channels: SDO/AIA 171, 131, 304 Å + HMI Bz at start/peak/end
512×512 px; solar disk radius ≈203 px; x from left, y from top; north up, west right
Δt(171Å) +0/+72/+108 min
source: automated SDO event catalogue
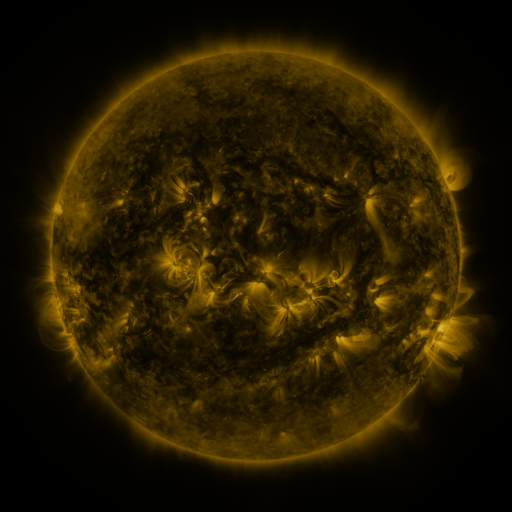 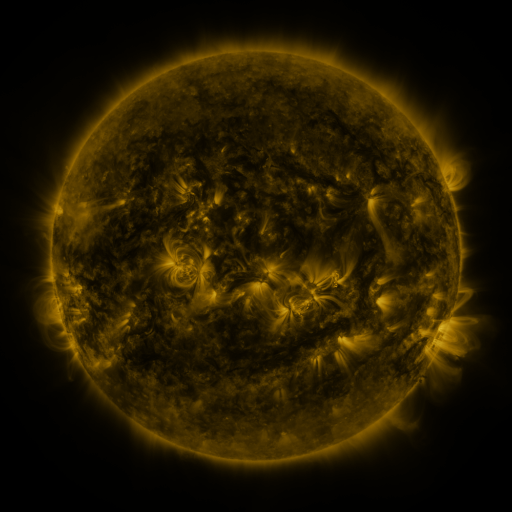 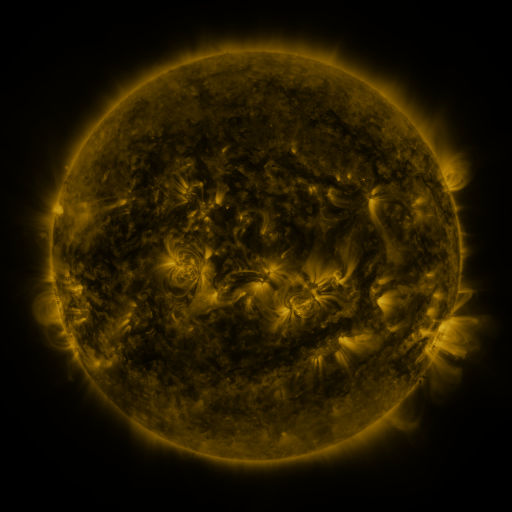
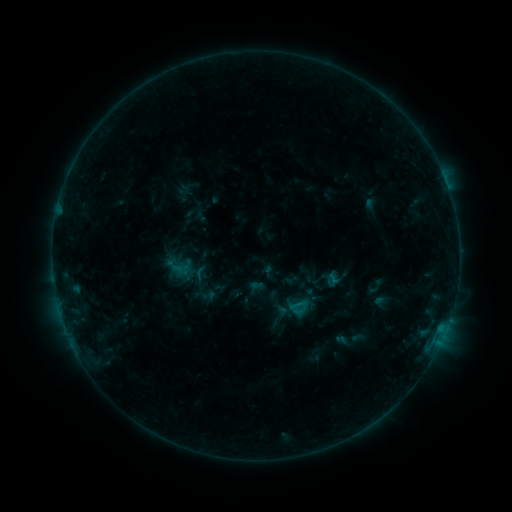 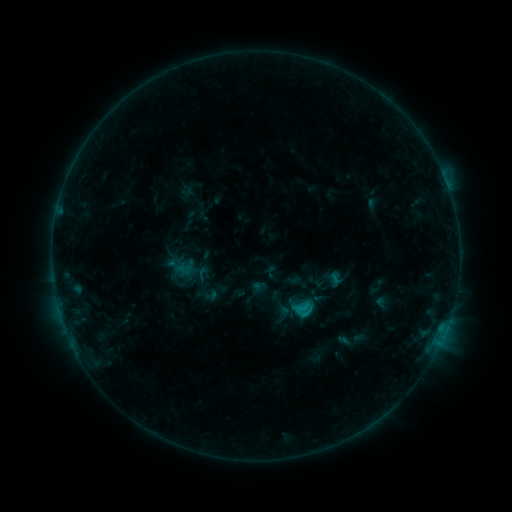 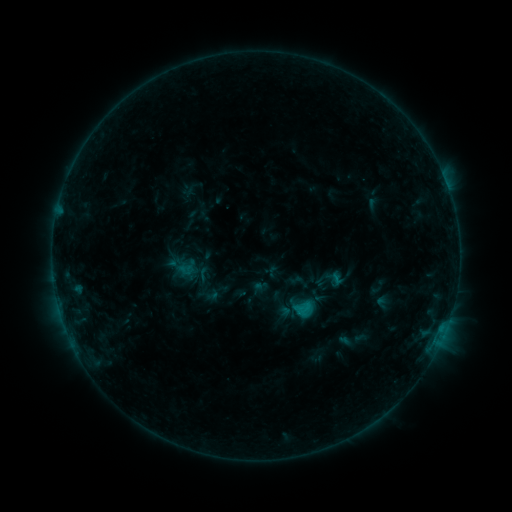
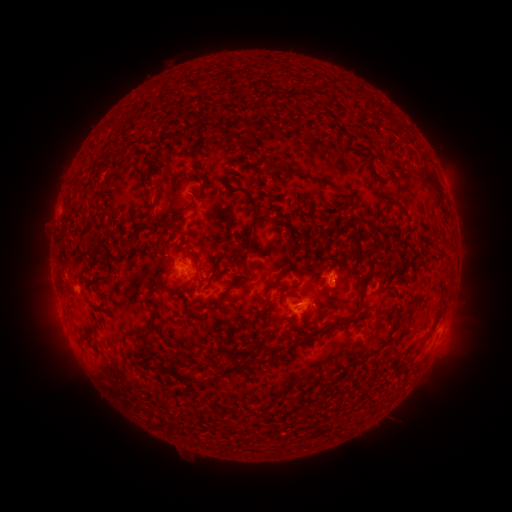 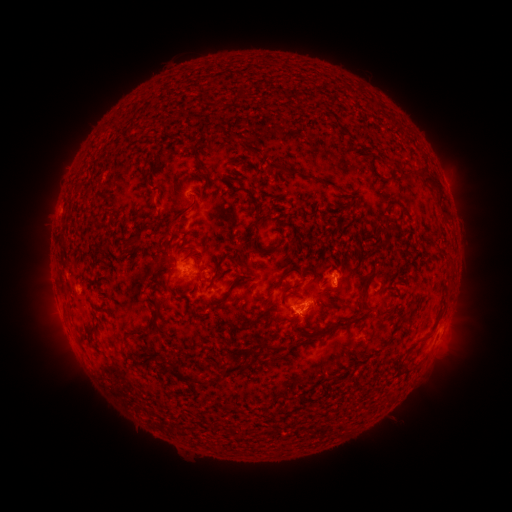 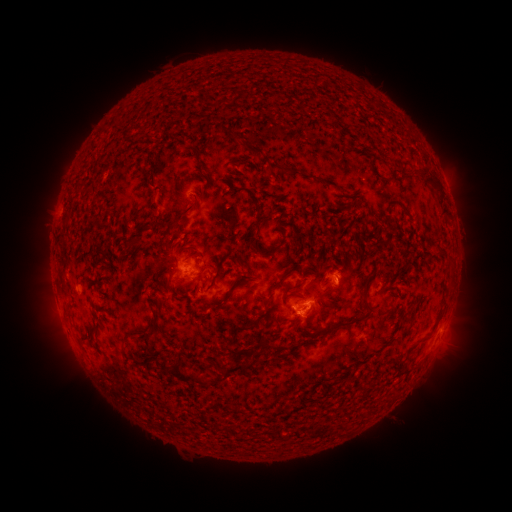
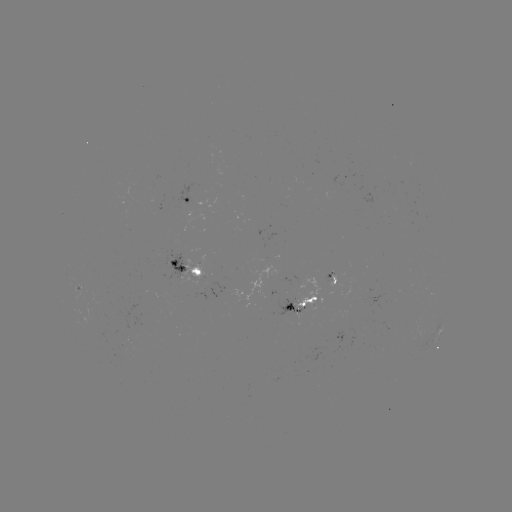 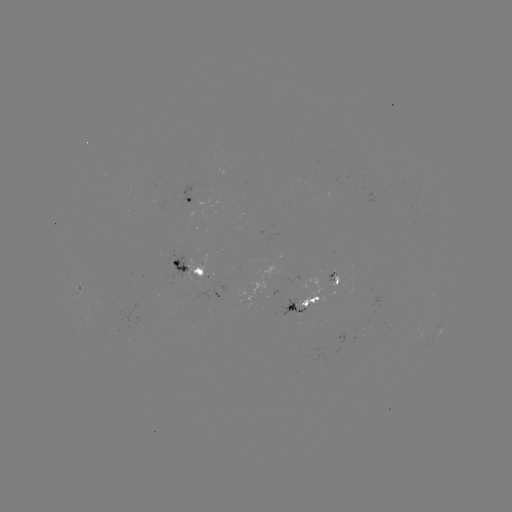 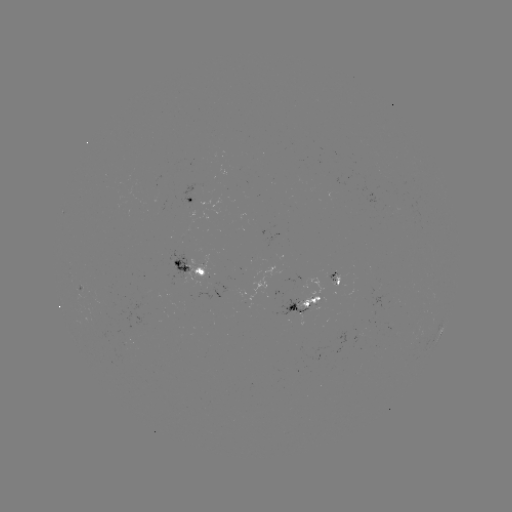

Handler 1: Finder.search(emerging-flux region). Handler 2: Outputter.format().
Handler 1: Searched emerging-flux region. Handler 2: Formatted (126, 337).